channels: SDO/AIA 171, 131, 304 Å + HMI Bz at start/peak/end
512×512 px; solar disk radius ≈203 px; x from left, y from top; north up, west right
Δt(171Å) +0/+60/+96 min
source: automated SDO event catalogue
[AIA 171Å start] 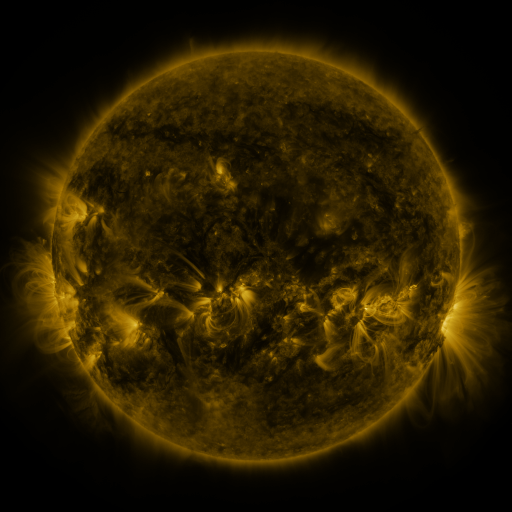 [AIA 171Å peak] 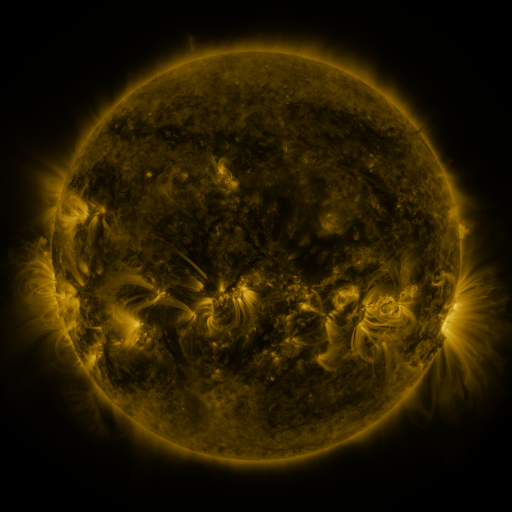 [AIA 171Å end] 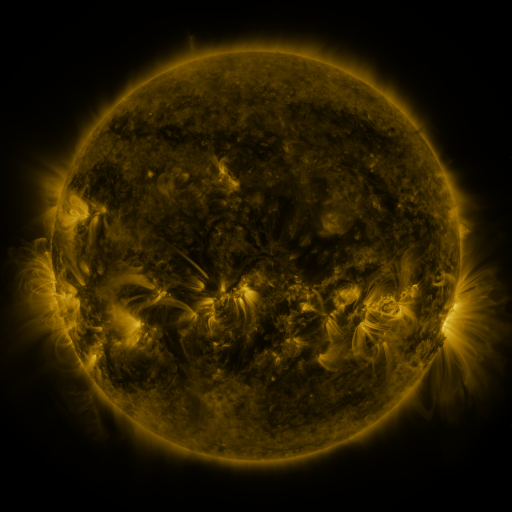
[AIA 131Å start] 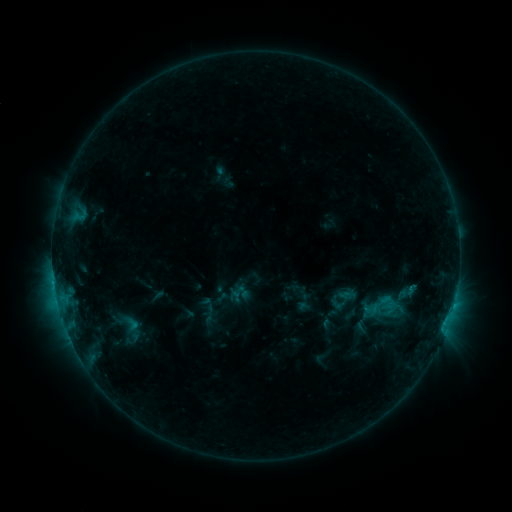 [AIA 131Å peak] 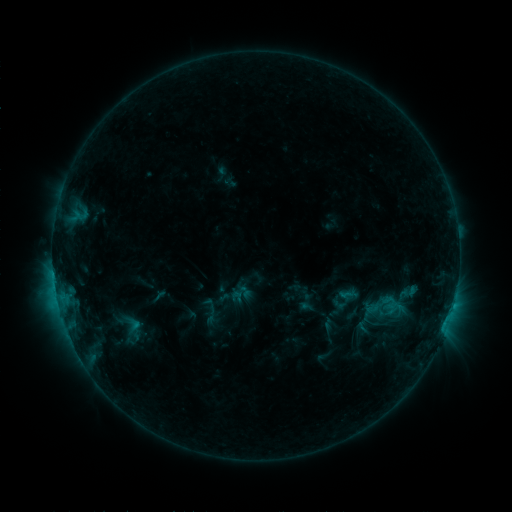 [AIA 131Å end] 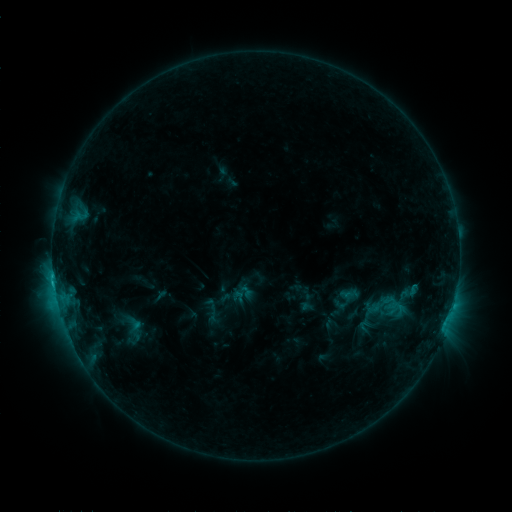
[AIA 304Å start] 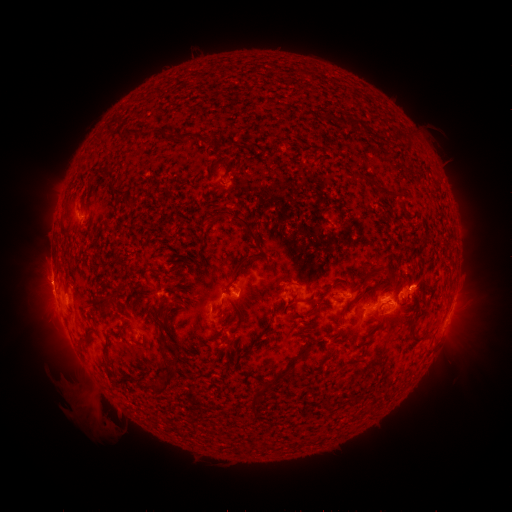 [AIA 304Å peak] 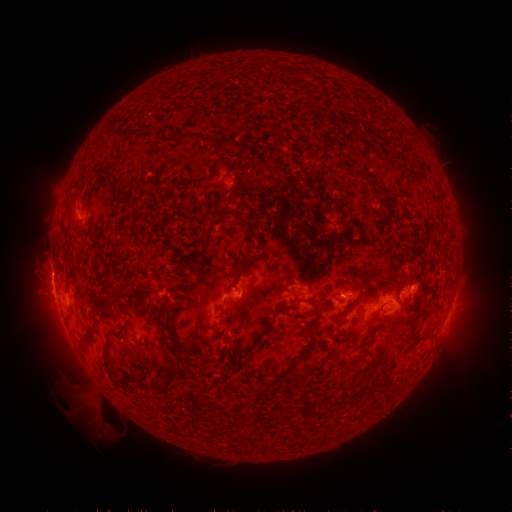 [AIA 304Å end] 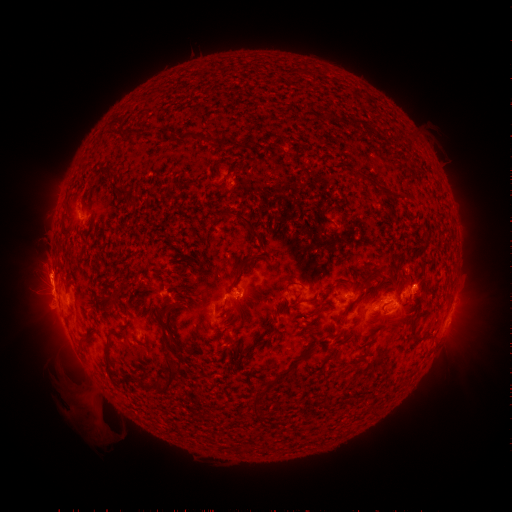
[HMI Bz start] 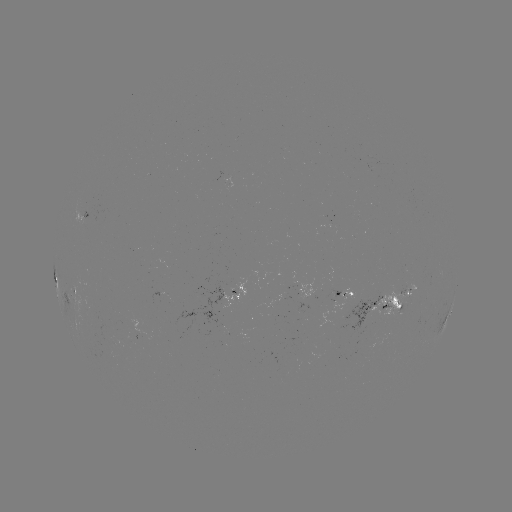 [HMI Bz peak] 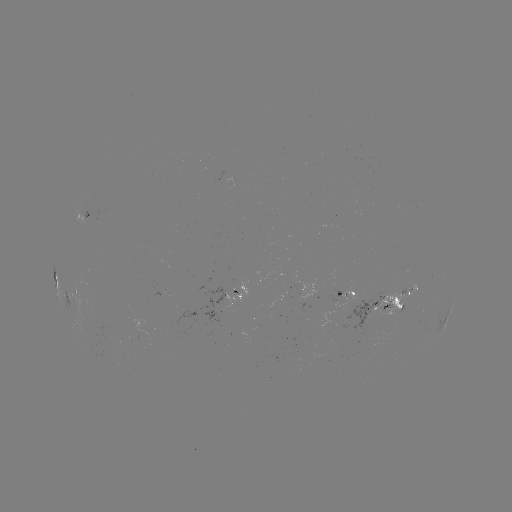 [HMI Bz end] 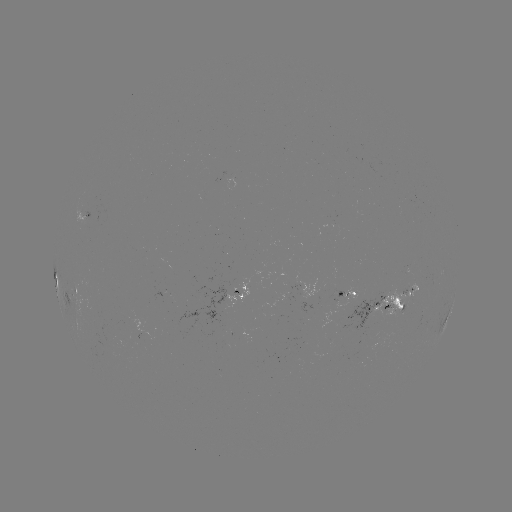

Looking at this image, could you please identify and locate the emerging-flux region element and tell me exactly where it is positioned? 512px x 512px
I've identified emerging-flux region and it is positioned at [329, 222].